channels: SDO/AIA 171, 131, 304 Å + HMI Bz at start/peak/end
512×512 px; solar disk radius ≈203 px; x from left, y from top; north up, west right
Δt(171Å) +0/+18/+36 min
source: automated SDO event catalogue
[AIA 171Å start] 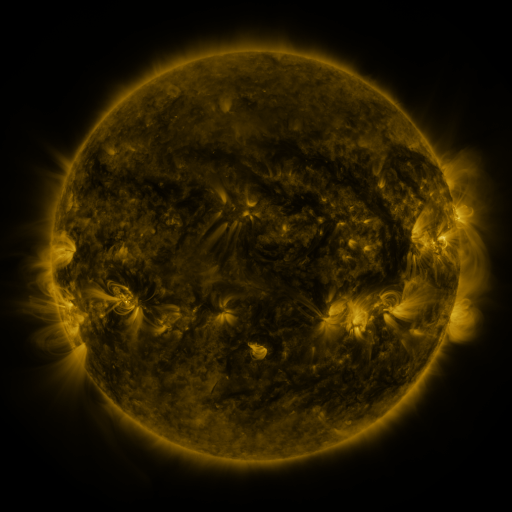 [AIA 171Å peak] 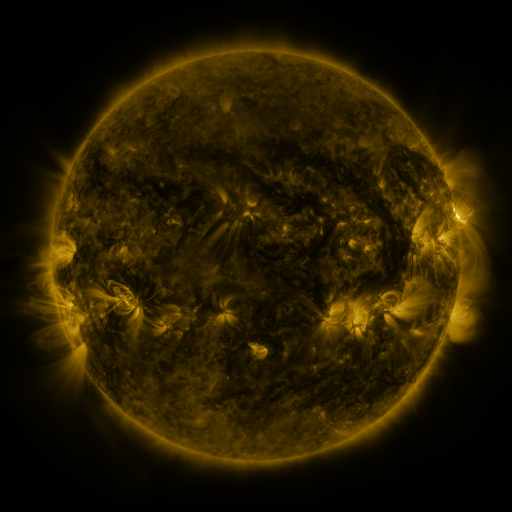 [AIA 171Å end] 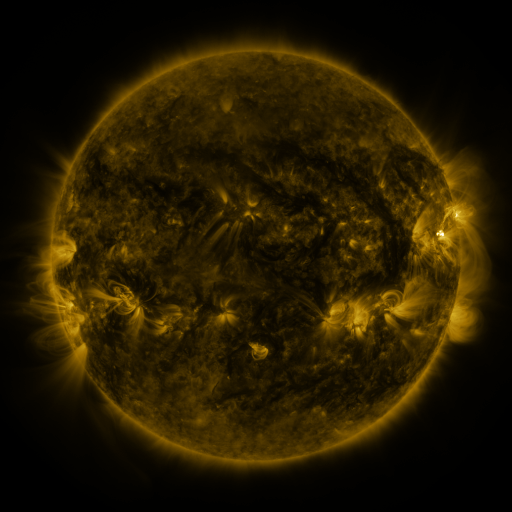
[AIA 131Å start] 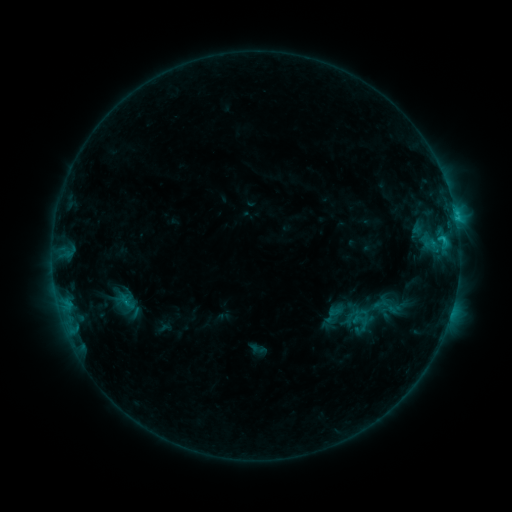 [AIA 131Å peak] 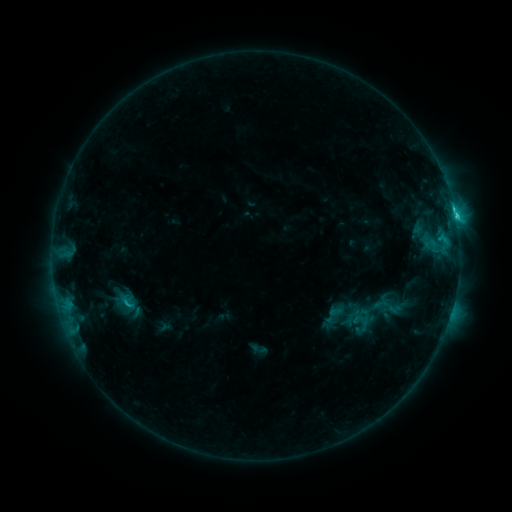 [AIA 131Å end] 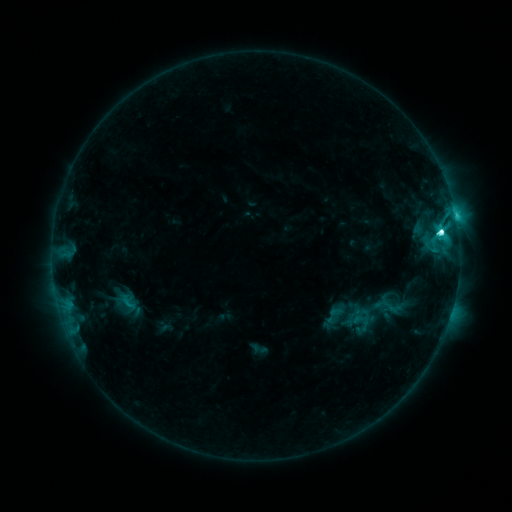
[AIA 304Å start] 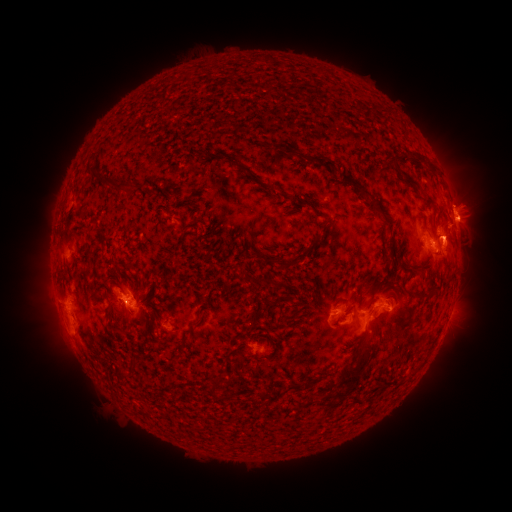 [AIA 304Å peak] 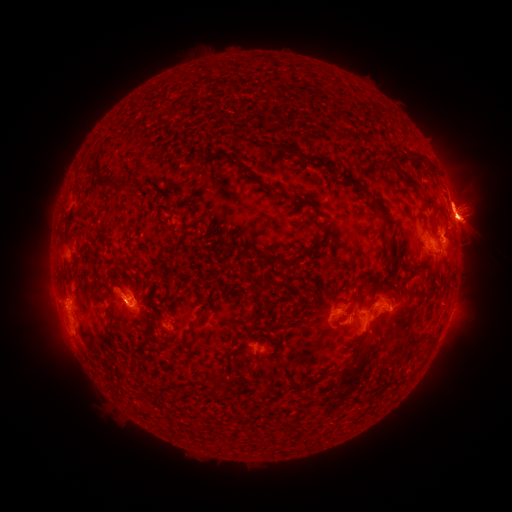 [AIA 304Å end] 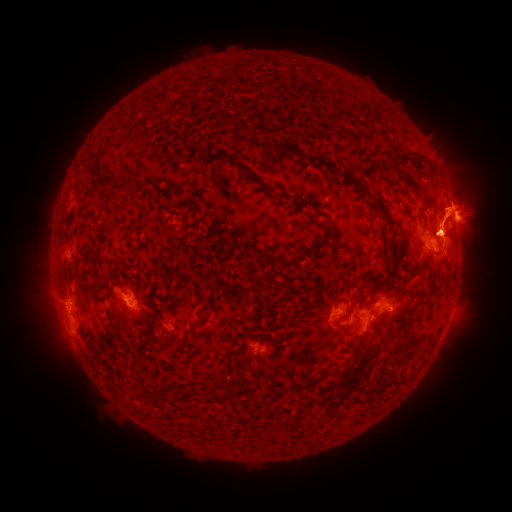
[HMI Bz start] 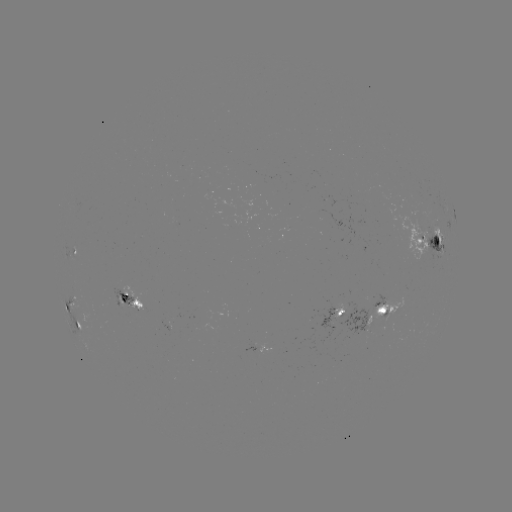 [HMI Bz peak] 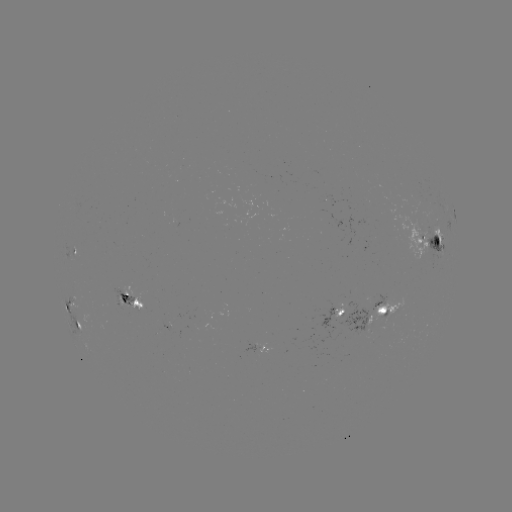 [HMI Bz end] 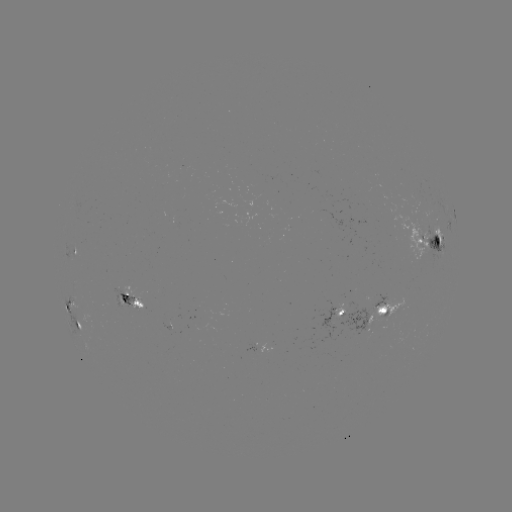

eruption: (378, 120, 511, 358)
